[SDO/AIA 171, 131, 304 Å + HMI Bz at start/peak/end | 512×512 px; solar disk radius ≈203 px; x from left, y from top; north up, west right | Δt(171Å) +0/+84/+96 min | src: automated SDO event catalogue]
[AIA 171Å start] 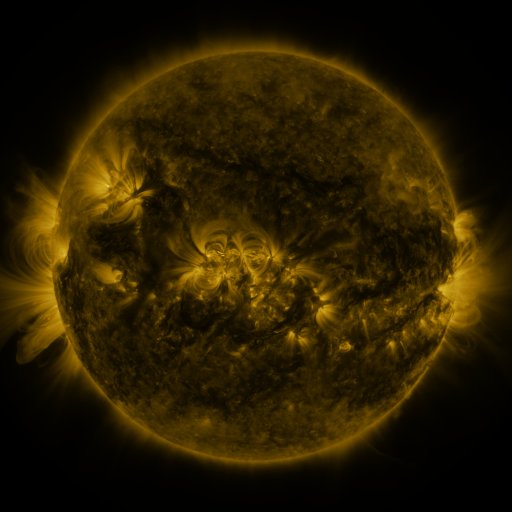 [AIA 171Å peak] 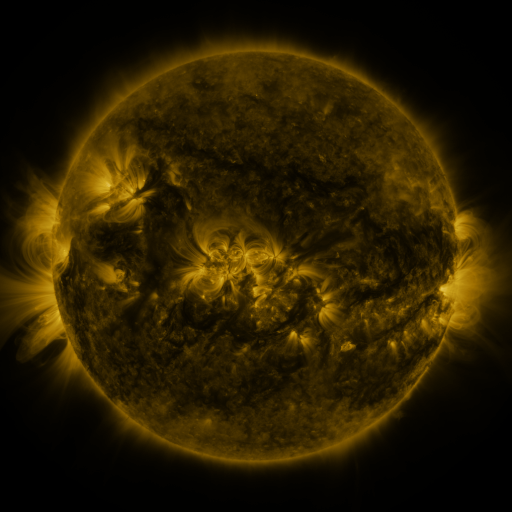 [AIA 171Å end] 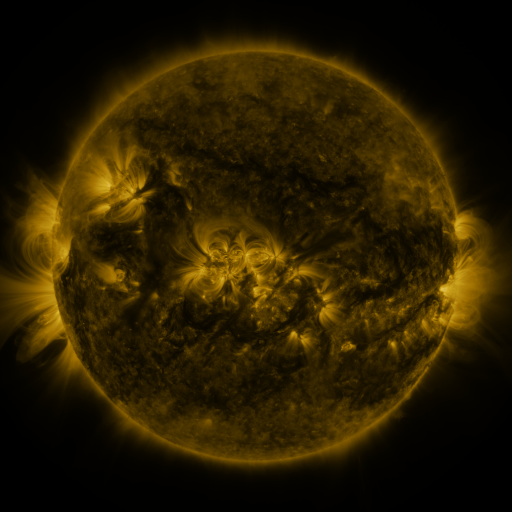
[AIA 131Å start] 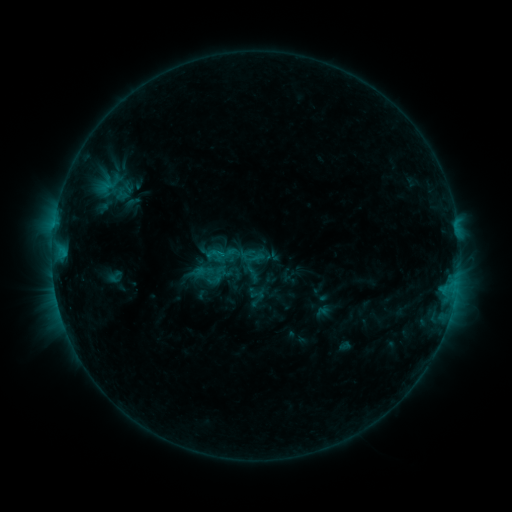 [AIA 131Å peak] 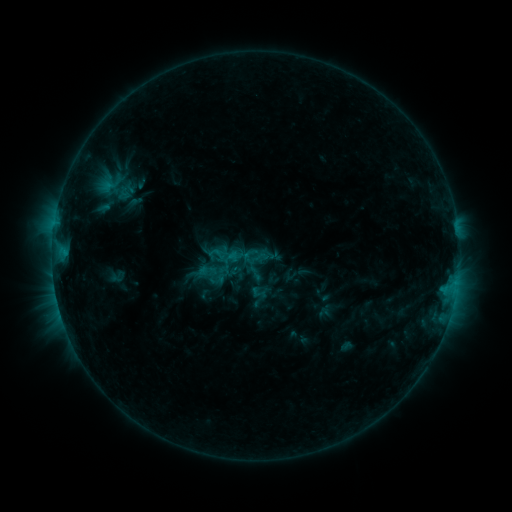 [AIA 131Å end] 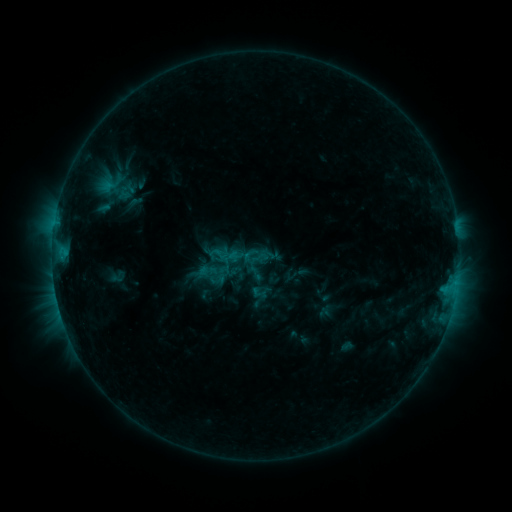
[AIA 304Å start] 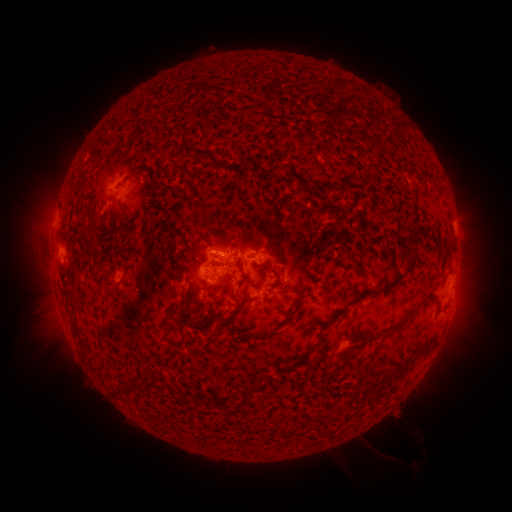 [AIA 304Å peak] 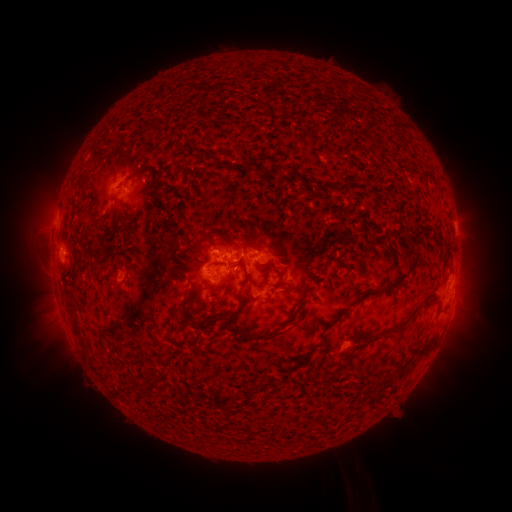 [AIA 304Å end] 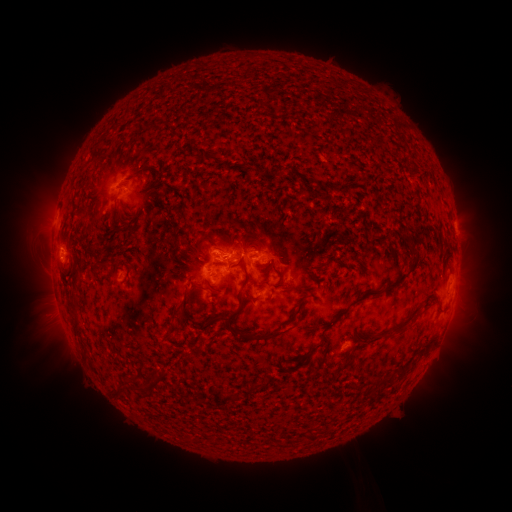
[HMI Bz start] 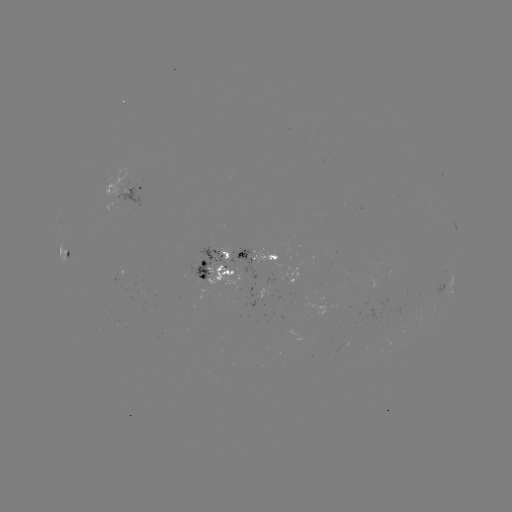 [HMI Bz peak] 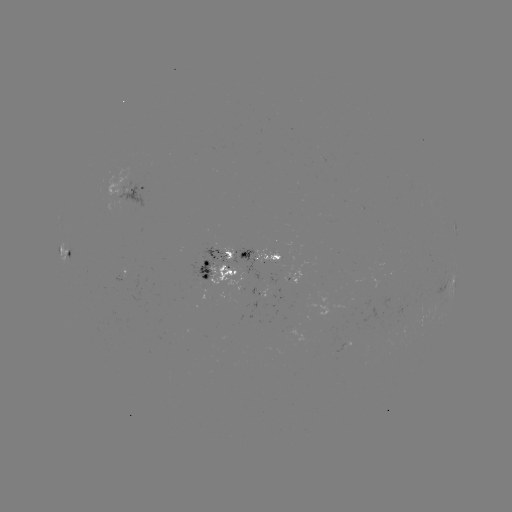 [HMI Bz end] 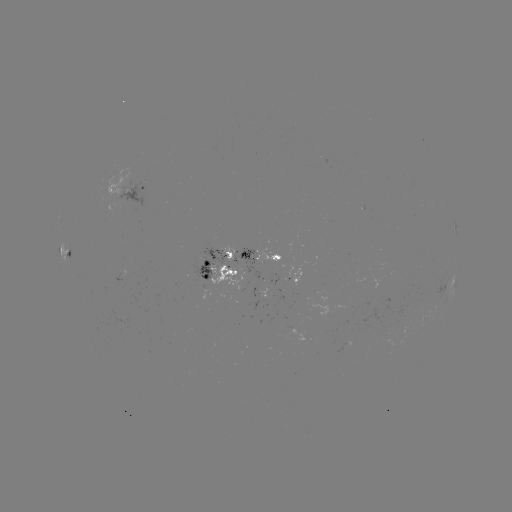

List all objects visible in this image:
emerging-flux region: (233, 291)
